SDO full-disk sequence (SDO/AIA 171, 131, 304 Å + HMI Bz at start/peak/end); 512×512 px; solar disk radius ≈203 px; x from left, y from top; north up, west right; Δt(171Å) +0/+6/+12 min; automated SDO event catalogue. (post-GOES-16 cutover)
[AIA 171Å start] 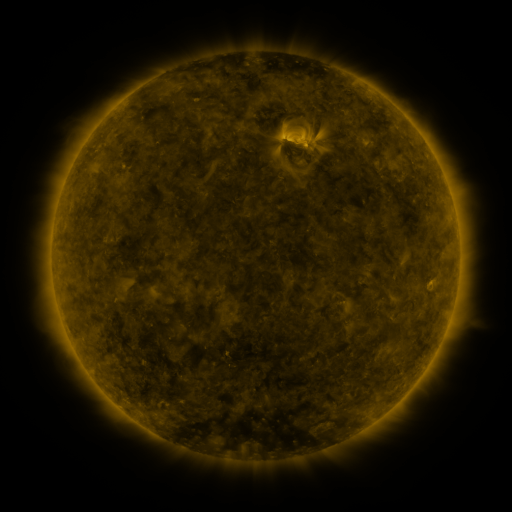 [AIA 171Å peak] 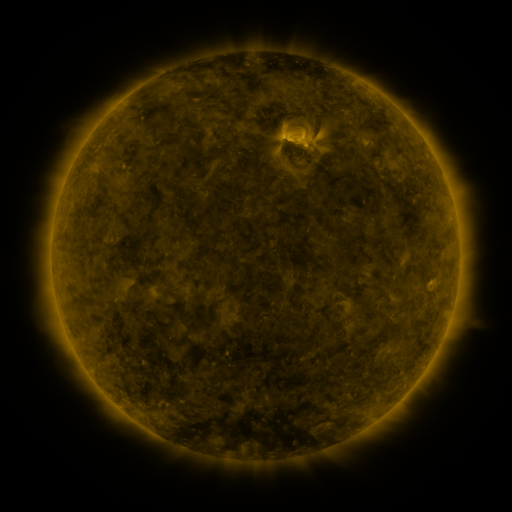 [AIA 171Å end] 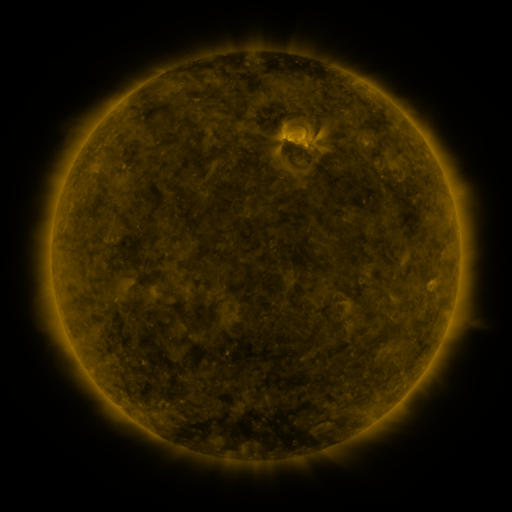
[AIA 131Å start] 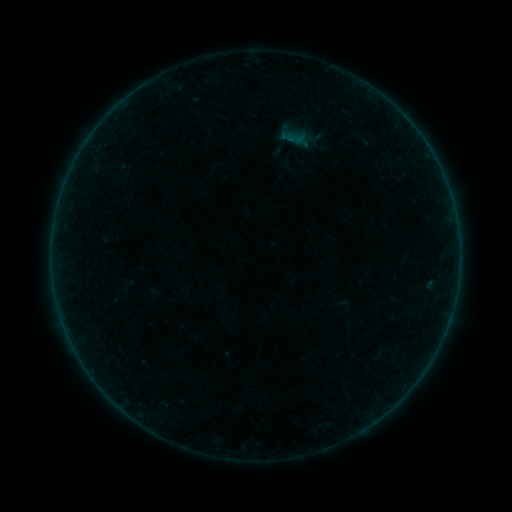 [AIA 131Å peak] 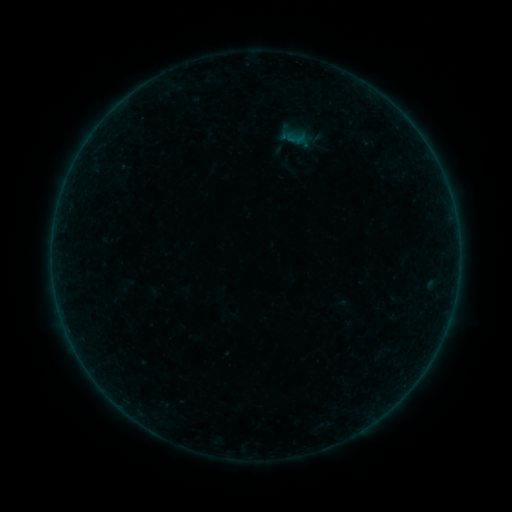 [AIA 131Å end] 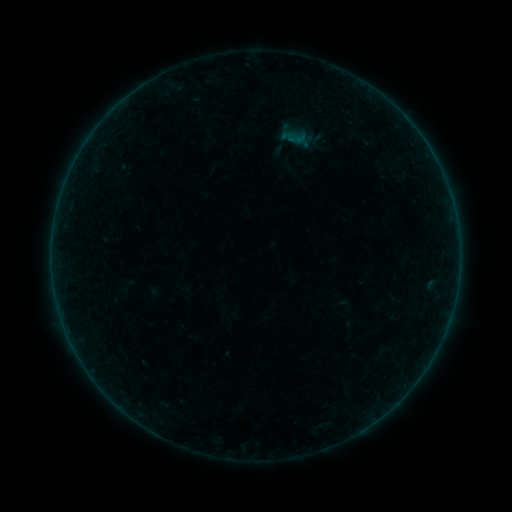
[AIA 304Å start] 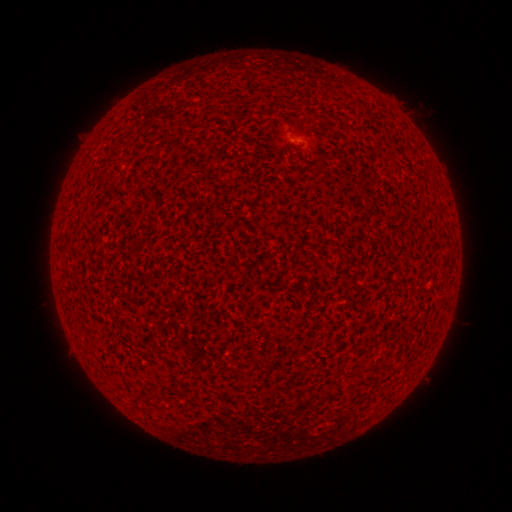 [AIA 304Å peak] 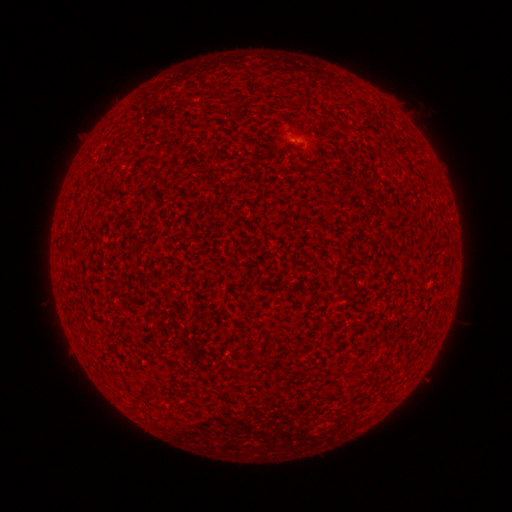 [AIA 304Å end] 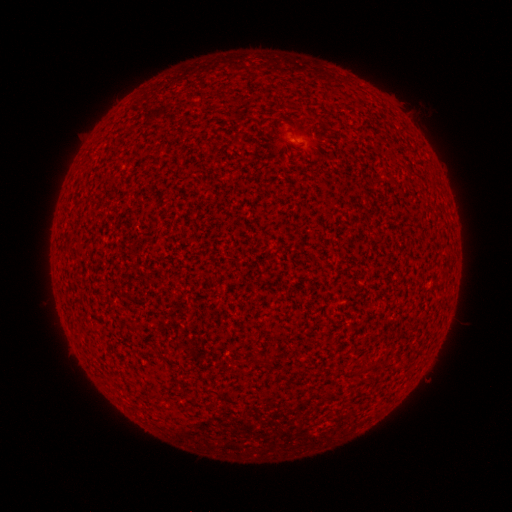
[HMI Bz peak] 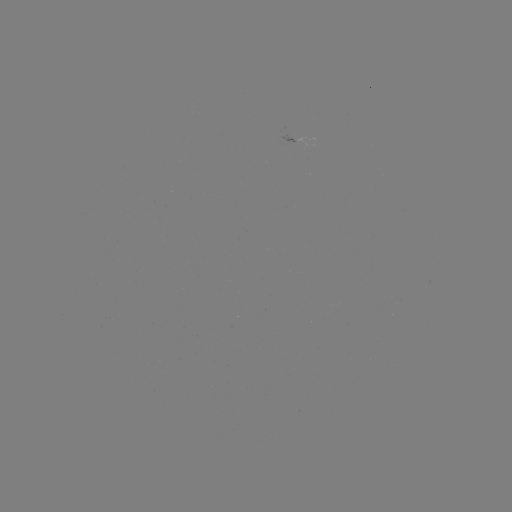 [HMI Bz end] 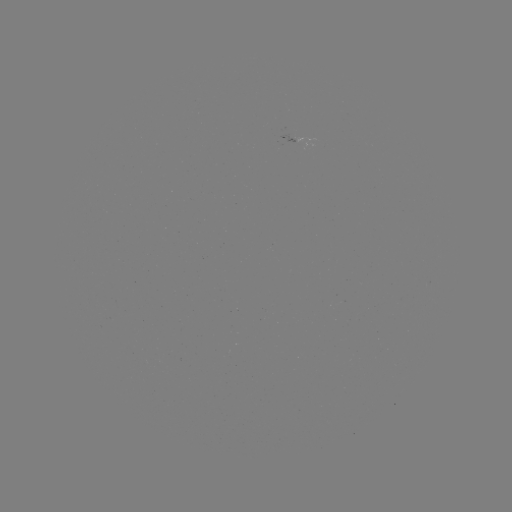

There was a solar flare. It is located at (293, 141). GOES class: A2.2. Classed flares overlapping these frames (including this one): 1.